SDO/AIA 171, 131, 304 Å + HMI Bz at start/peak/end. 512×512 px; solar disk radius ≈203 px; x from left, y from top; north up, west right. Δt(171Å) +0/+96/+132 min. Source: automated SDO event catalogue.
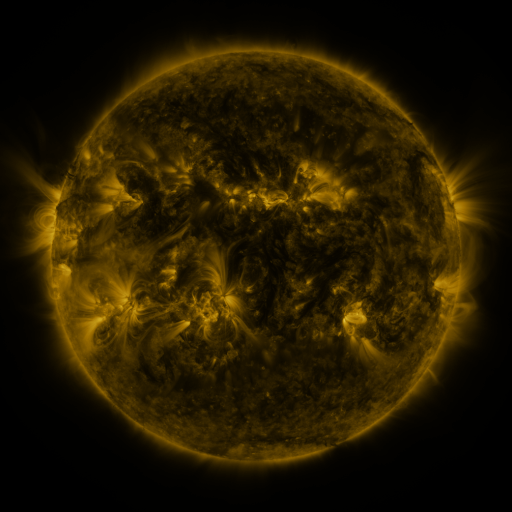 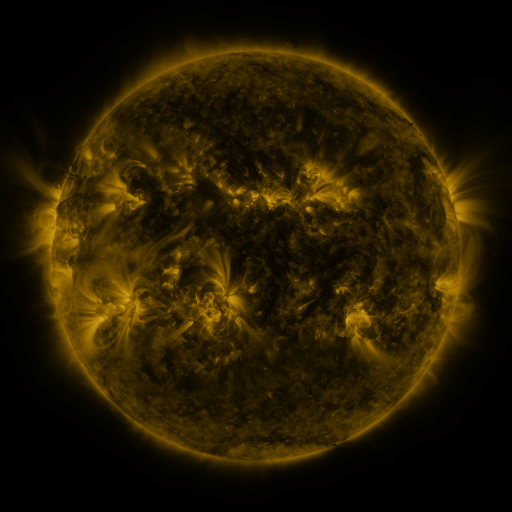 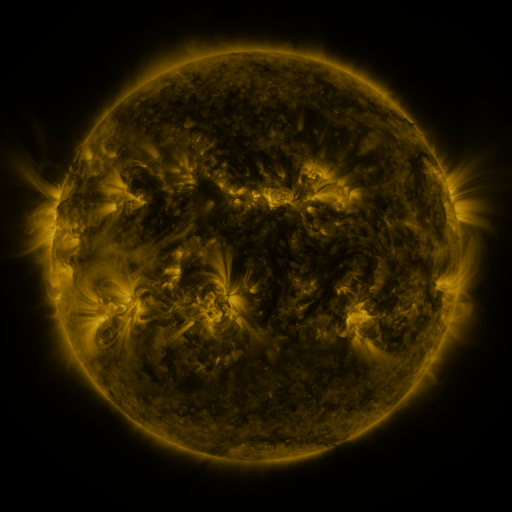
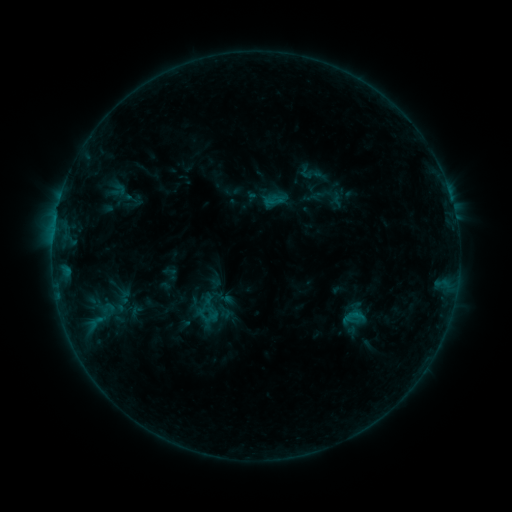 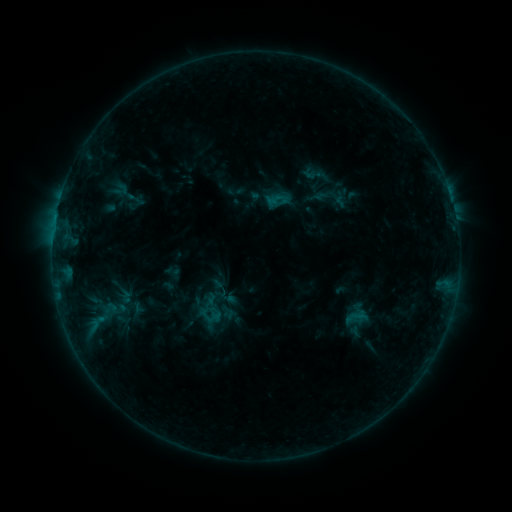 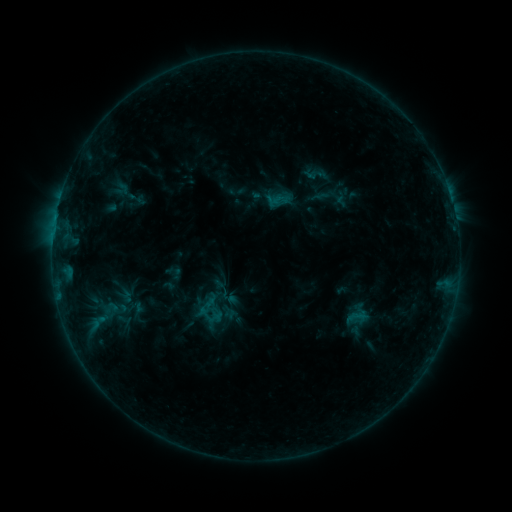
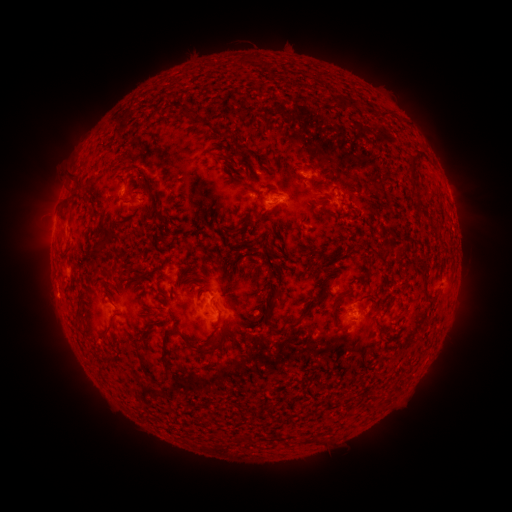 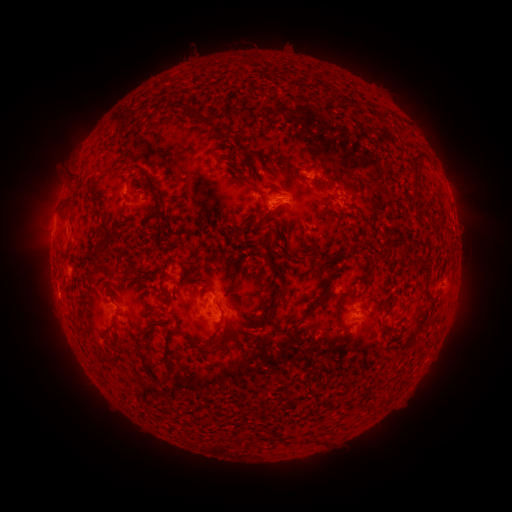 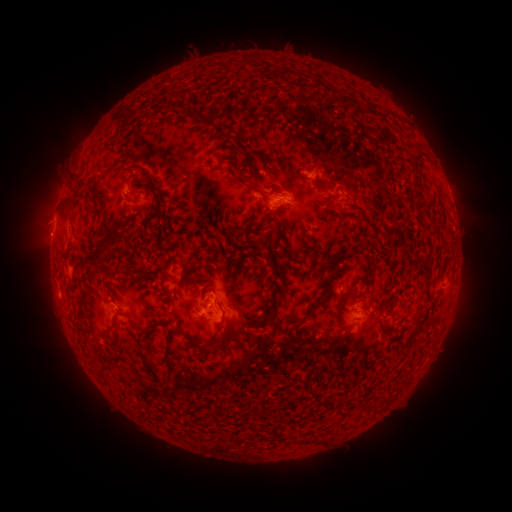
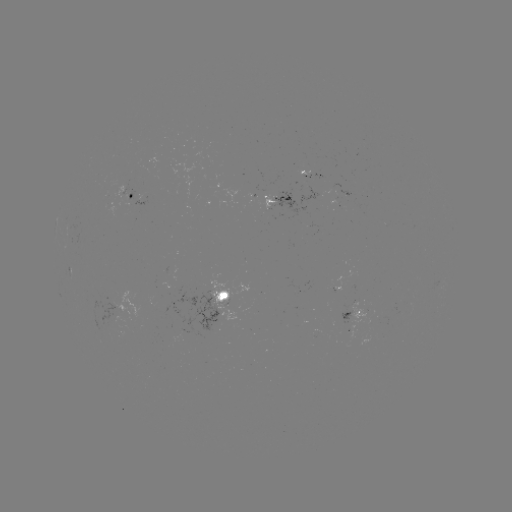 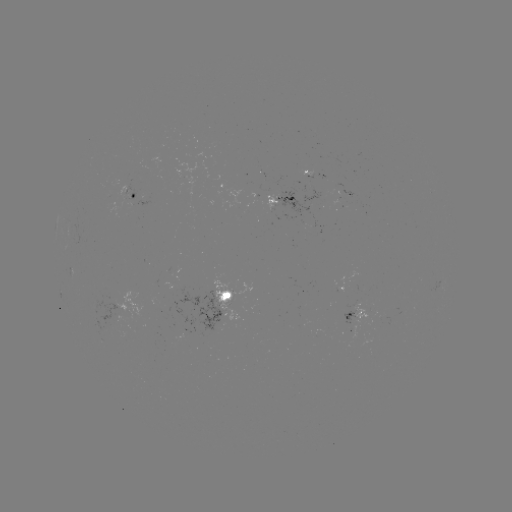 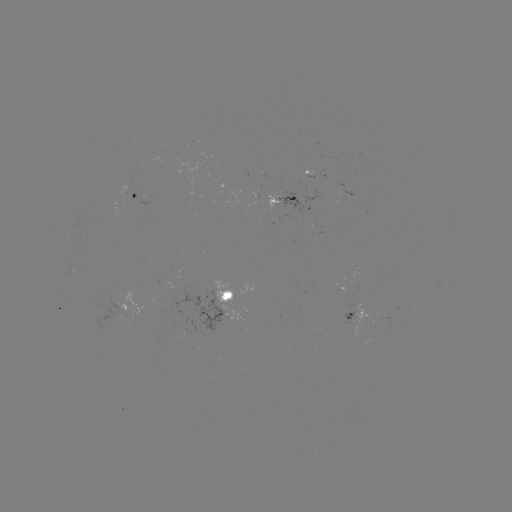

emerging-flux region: (369, 318, 380, 326)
